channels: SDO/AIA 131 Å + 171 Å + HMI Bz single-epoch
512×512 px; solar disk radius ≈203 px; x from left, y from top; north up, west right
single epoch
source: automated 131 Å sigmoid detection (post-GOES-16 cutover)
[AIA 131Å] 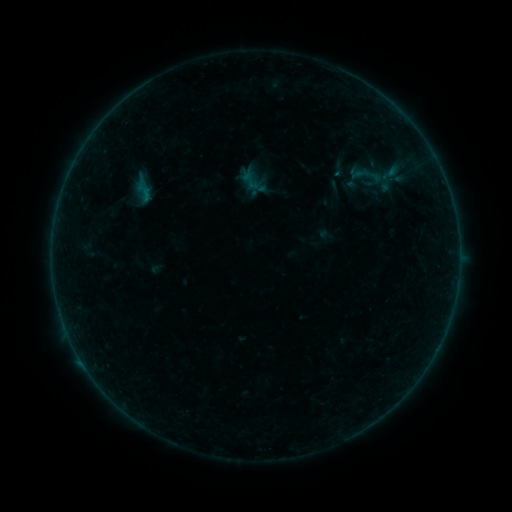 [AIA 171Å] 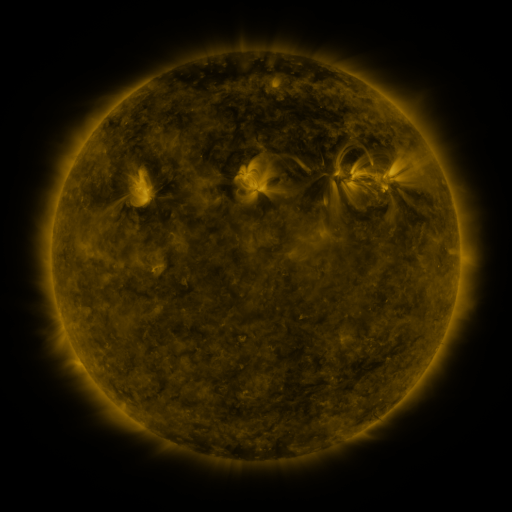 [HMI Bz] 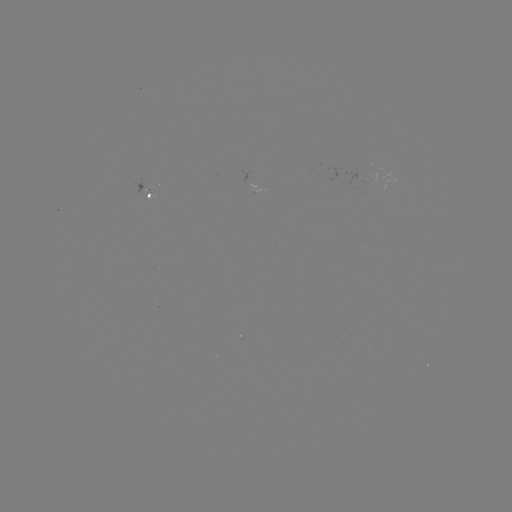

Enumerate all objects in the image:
sigmoid: (390, 173)
sigmoid: (251, 181)
